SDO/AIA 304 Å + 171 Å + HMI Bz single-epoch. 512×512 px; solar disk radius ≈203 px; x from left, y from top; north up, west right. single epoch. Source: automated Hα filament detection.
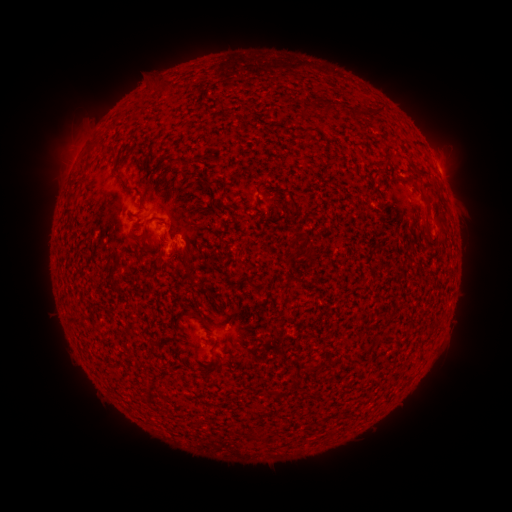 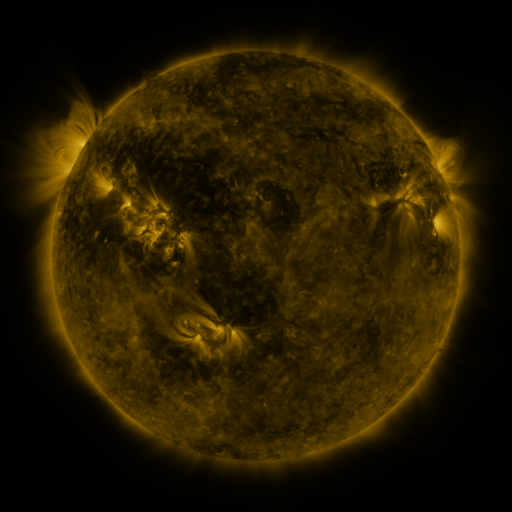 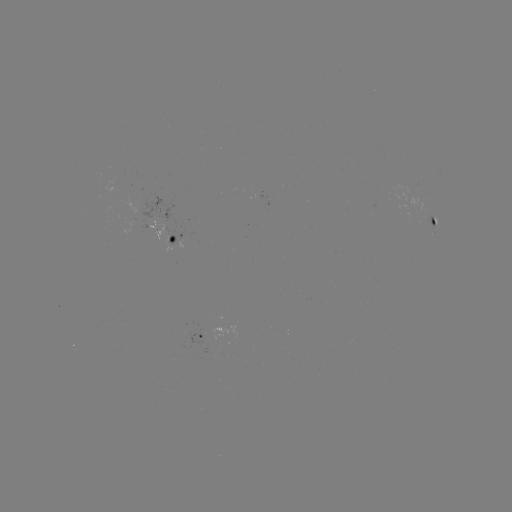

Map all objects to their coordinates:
filament: (308, 109)
filament: (331, 110)
filament: (361, 115)
filament: (424, 176)
filament: (124, 180)
filament: (69, 209)
filament: (147, 225)
filament: (421, 233)
filament: (211, 353)
filament: (184, 364)
filament: (307, 369)
